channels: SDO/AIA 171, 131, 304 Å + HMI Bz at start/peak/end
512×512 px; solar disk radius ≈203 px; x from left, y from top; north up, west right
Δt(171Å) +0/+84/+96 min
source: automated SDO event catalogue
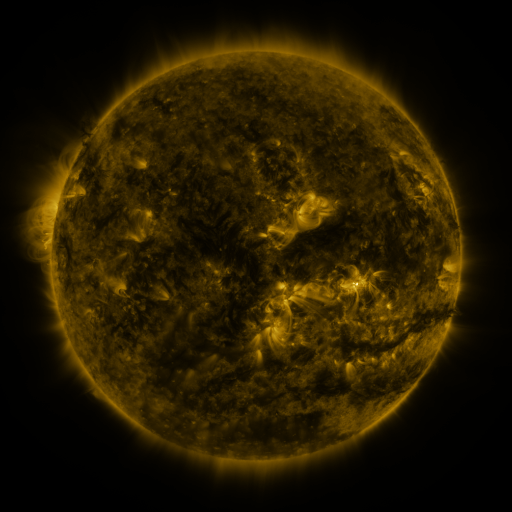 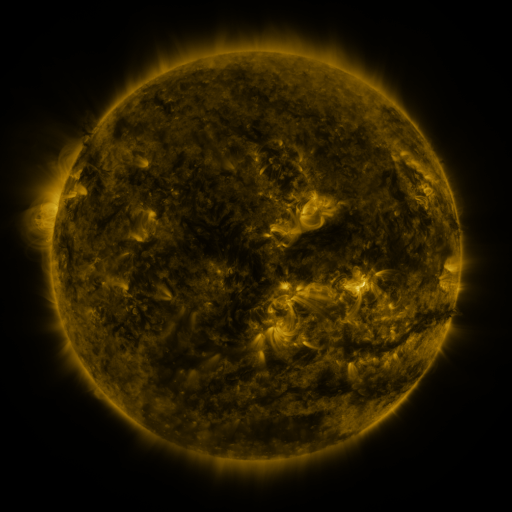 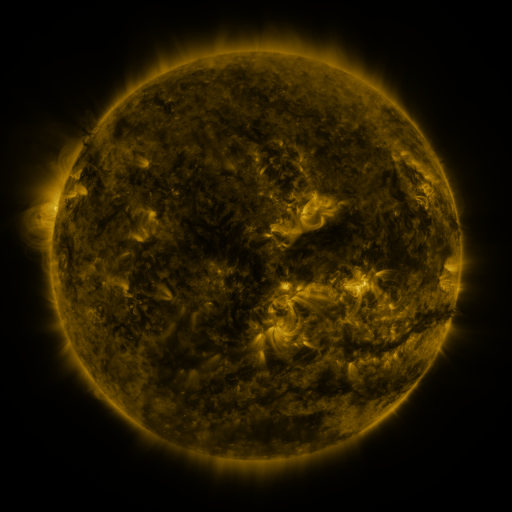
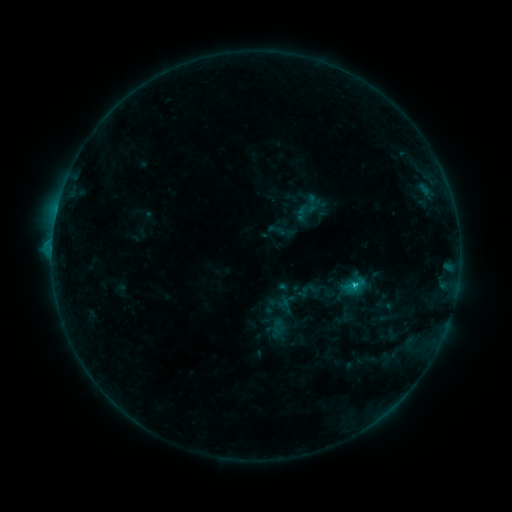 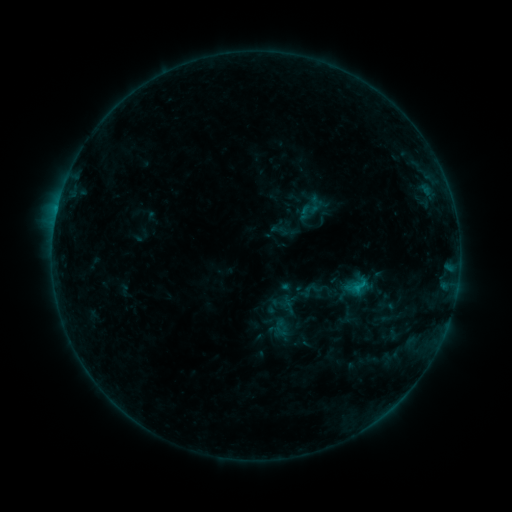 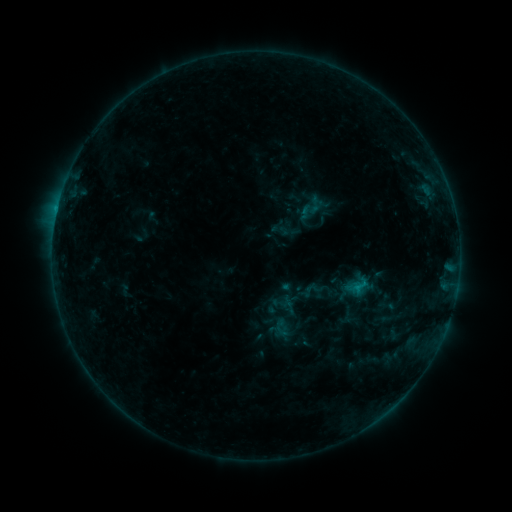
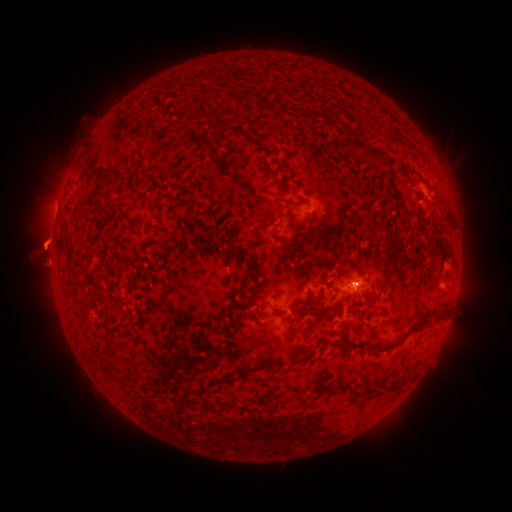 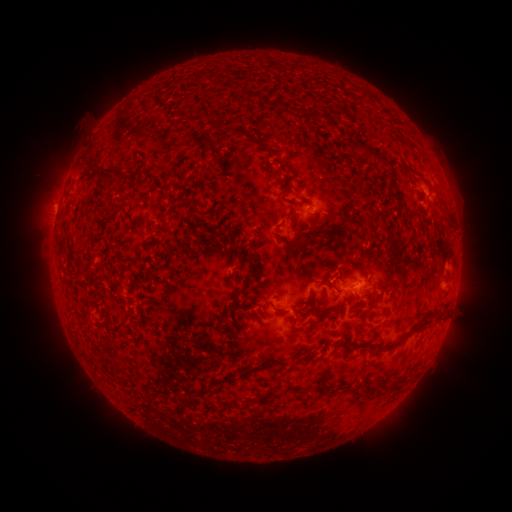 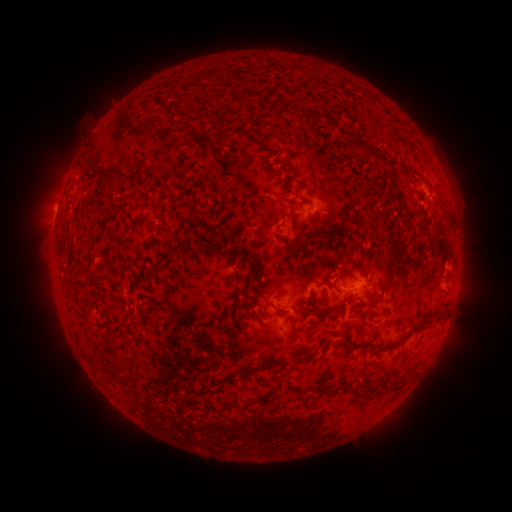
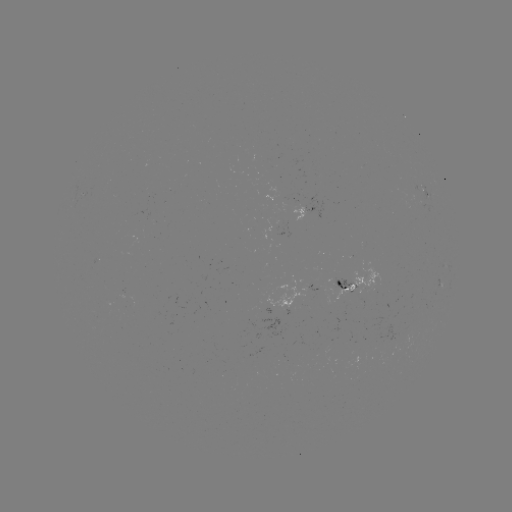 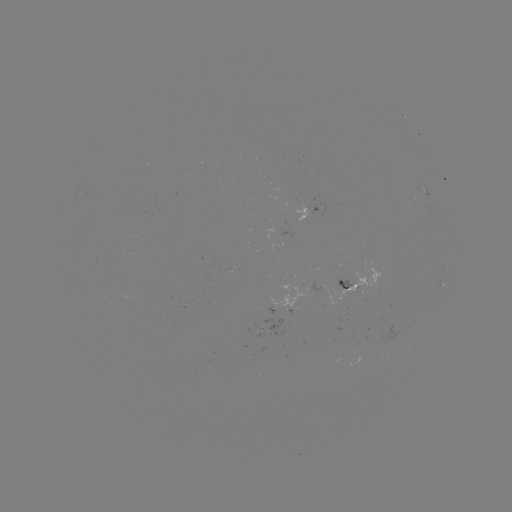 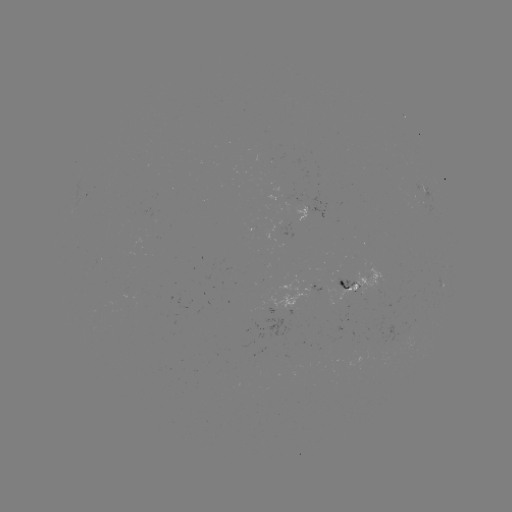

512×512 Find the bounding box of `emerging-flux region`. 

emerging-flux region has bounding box [276, 224, 290, 247].